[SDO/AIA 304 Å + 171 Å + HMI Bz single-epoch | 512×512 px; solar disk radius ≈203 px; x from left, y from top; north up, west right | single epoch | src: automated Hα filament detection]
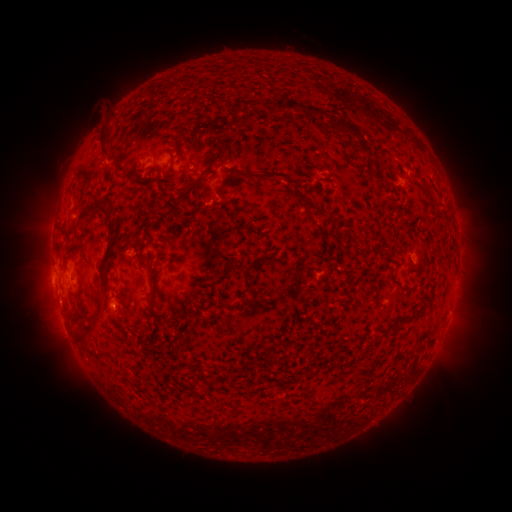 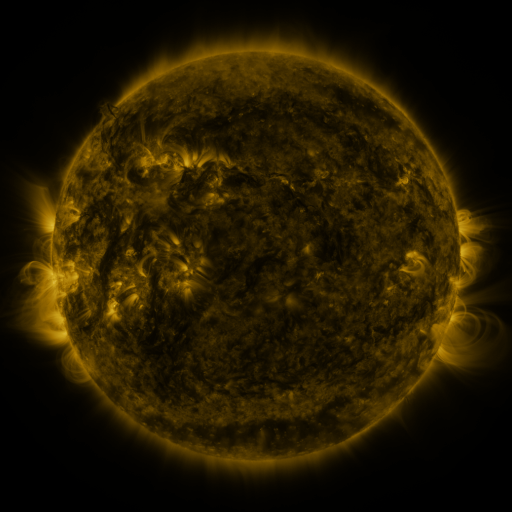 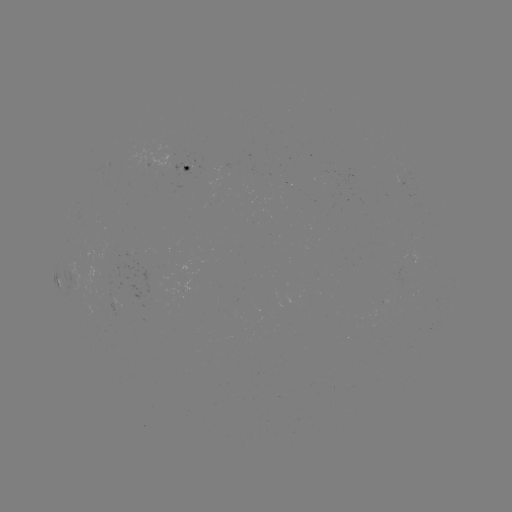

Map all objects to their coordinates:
filament: [277, 100, 284, 112]
filament: [287, 100, 324, 118]
filament: [327, 117, 362, 138]
filament: [100, 126, 111, 156]
filament: [169, 155, 176, 174]
filament: [245, 169, 323, 217]
filament: [178, 178, 202, 198]
filament: [77, 201, 111, 221]
filament: [103, 217, 119, 266]
filament: [98, 270, 109, 306]
filament: [388, 270, 399, 285]
filament: [150, 273, 160, 303]
filament: [79, 294, 104, 341]
filament: [70, 307, 79, 318]
filament: [396, 309, 422, 326]
